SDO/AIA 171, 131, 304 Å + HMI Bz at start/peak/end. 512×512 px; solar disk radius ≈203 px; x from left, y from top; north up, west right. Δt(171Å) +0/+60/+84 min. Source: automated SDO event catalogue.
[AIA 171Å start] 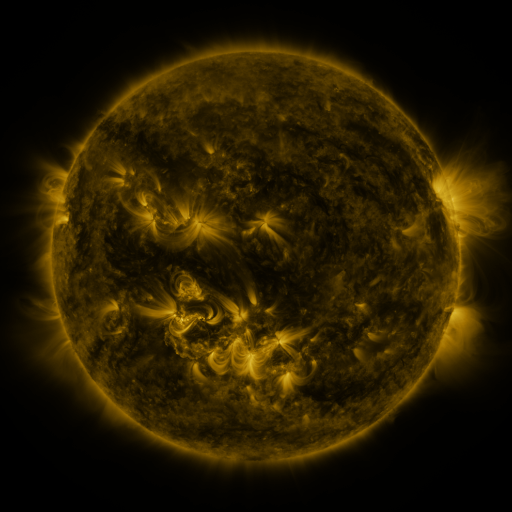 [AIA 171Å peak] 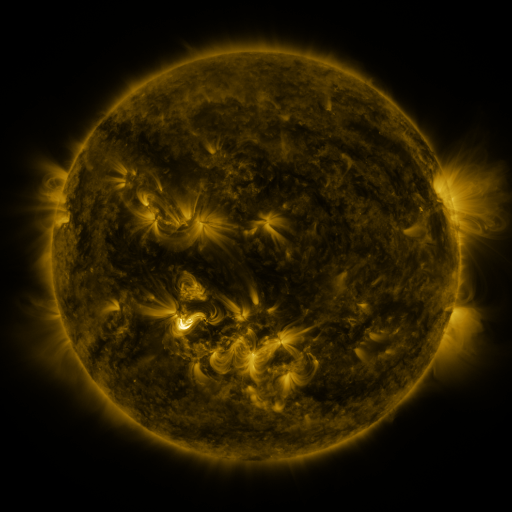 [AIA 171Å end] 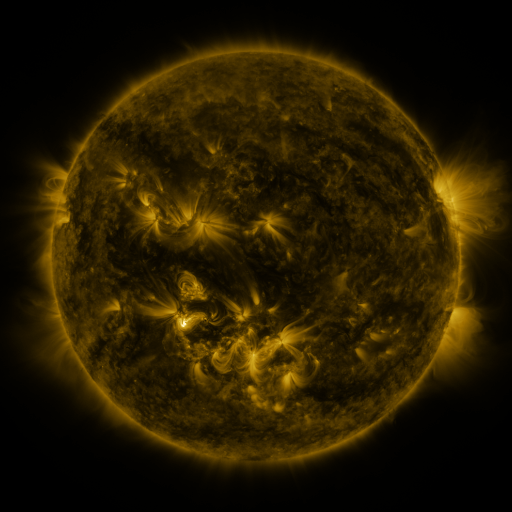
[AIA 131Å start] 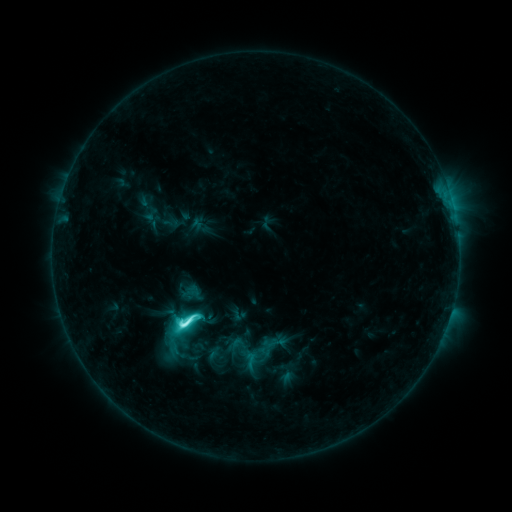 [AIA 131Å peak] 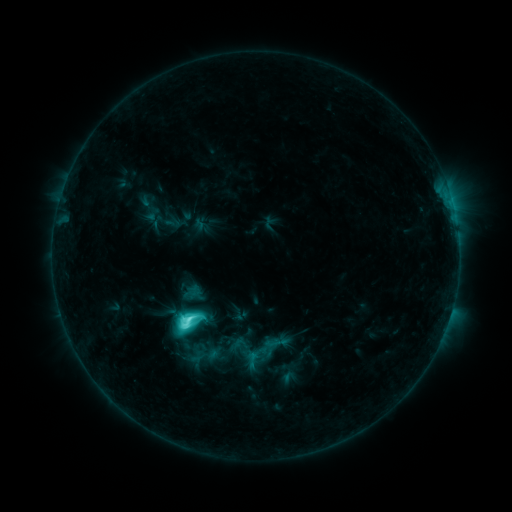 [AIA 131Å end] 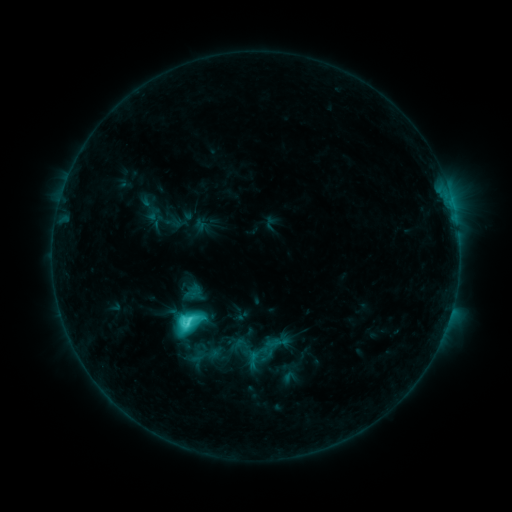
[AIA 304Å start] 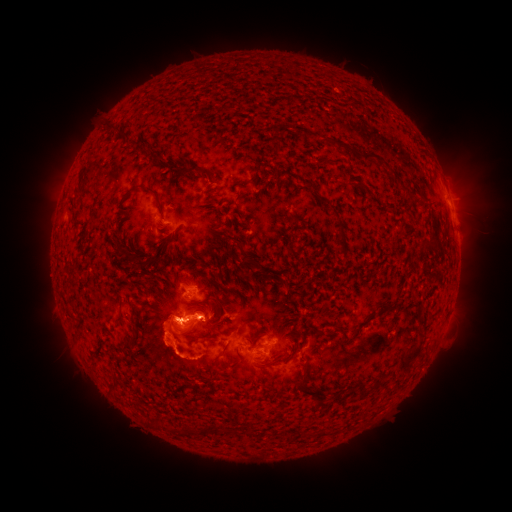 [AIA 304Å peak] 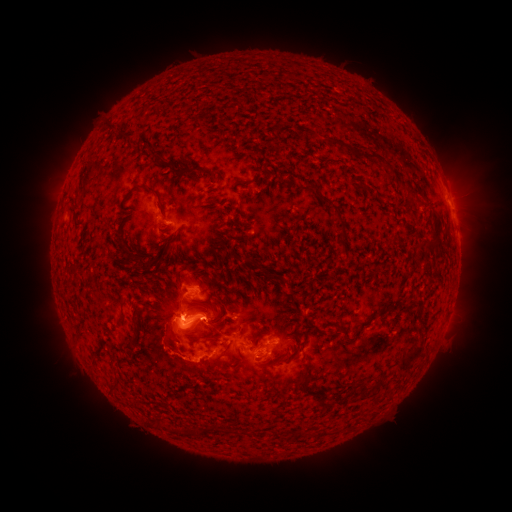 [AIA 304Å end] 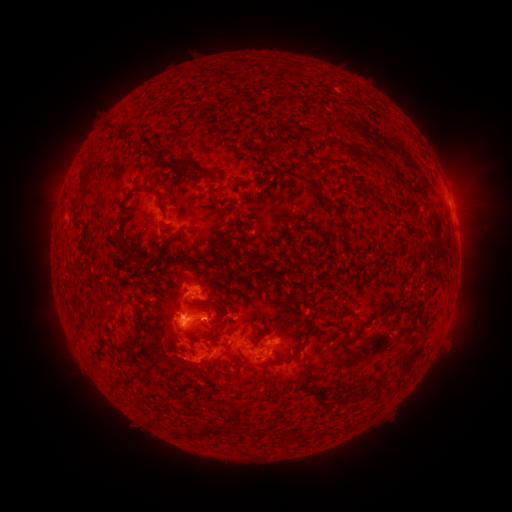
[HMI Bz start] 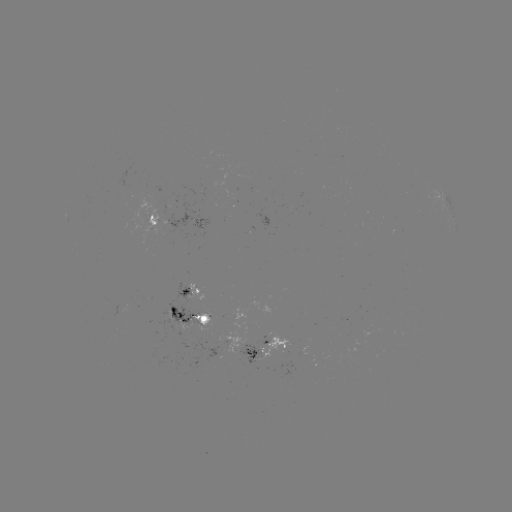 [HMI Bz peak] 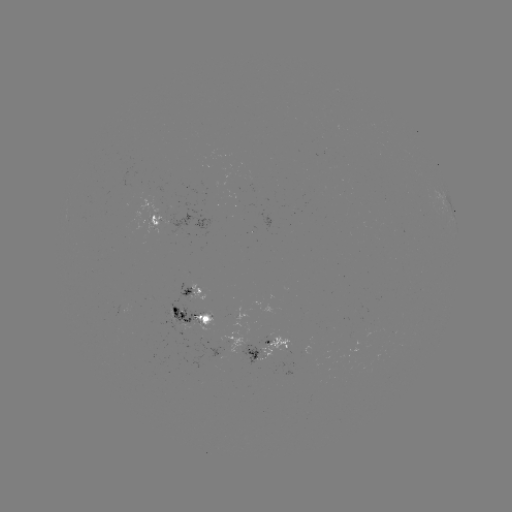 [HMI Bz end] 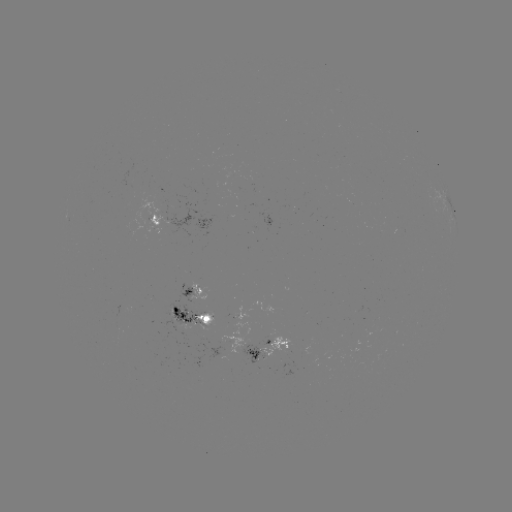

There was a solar emerging-flux region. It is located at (257, 356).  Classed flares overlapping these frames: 1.